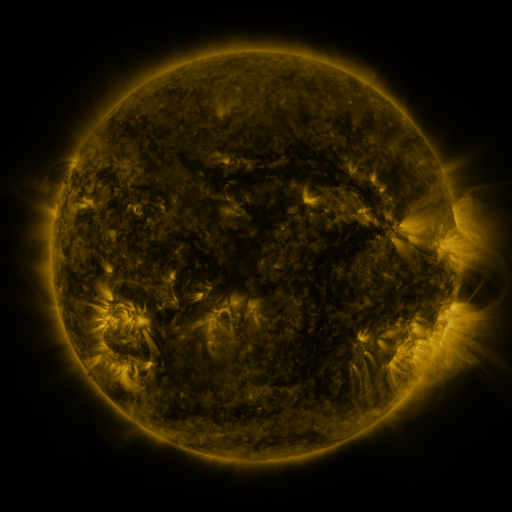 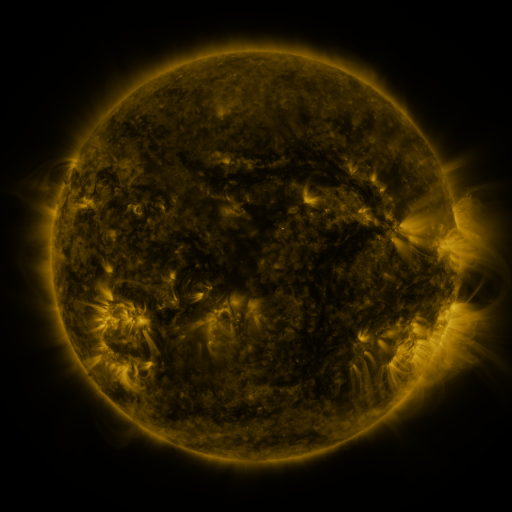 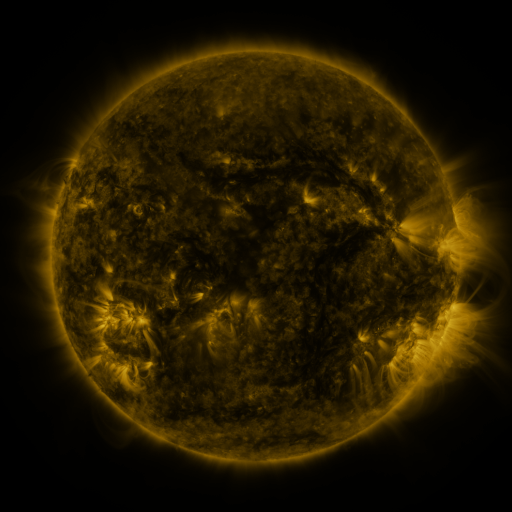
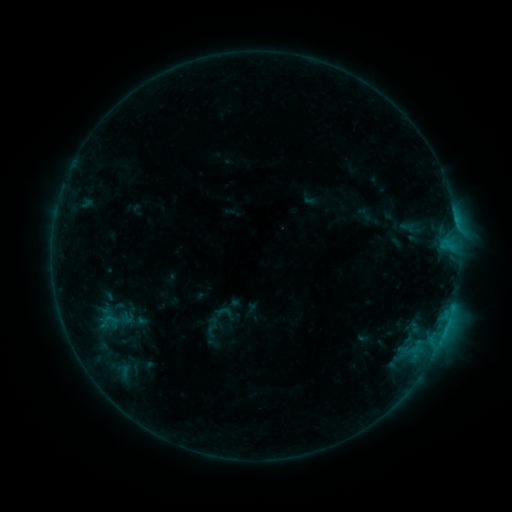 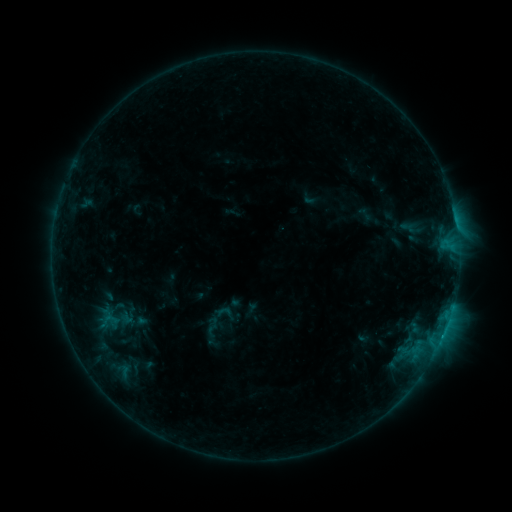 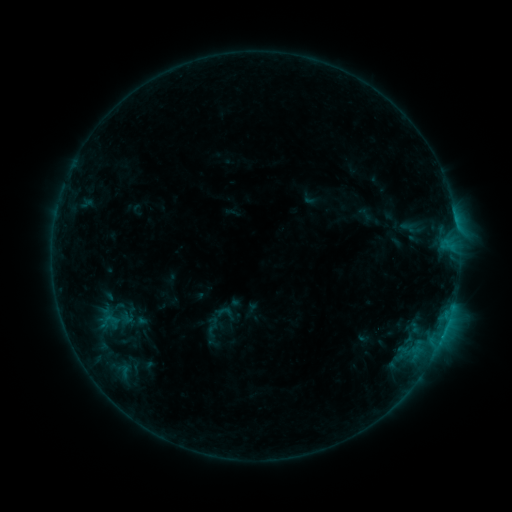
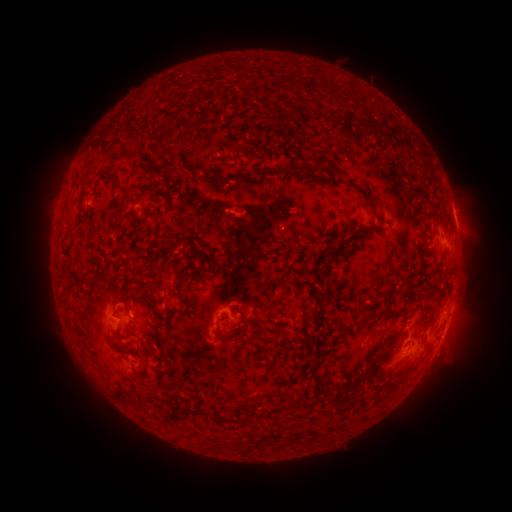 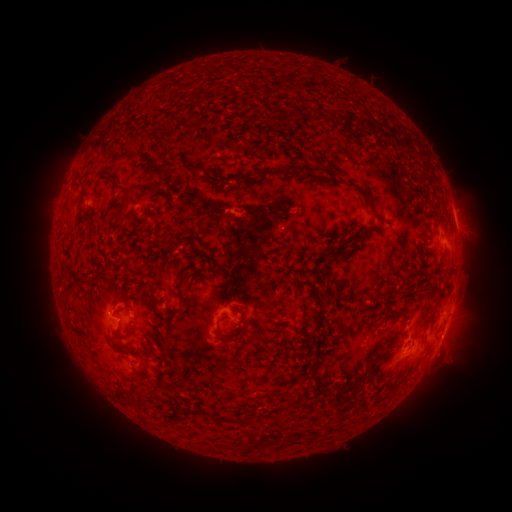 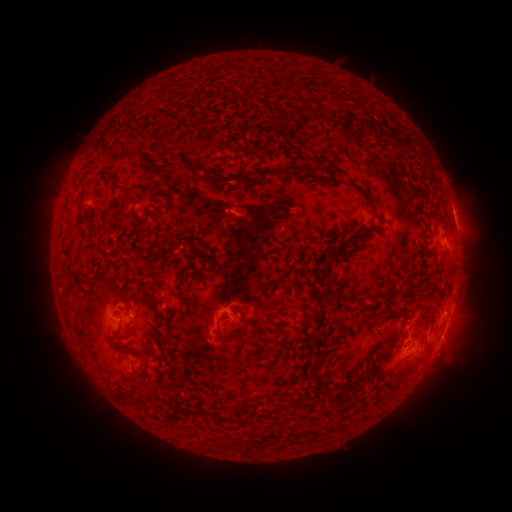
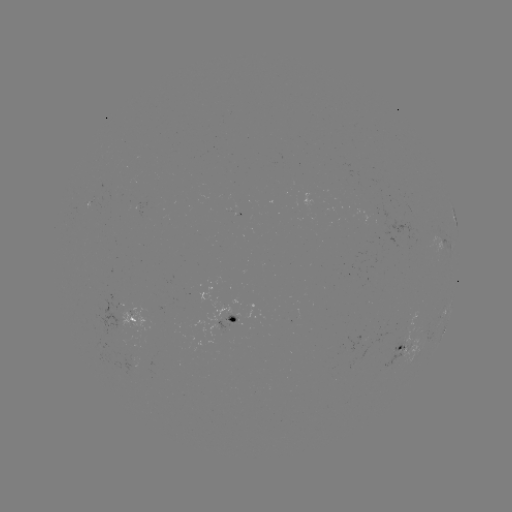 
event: flare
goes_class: B9.4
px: (442, 335)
